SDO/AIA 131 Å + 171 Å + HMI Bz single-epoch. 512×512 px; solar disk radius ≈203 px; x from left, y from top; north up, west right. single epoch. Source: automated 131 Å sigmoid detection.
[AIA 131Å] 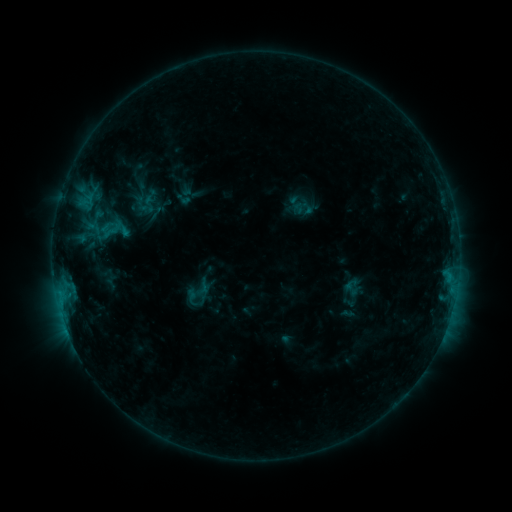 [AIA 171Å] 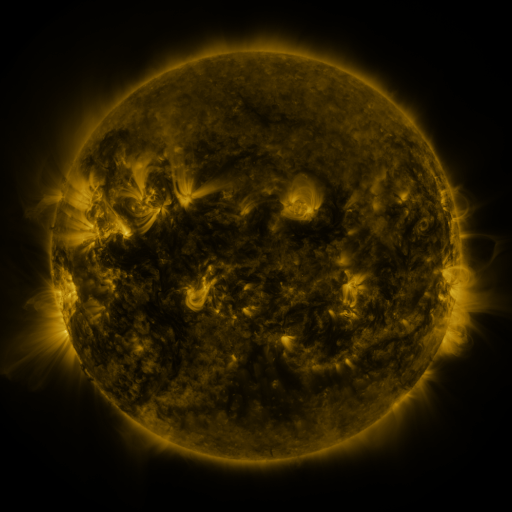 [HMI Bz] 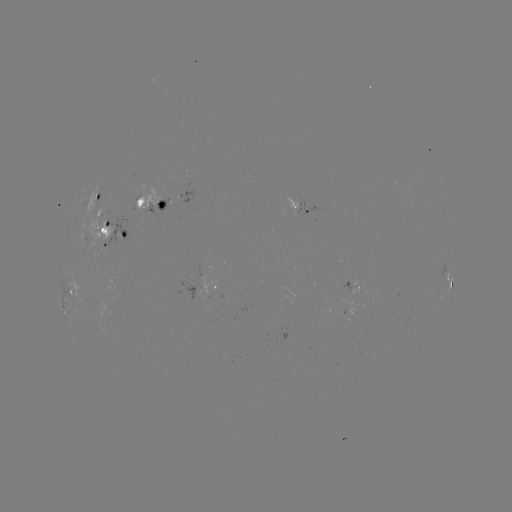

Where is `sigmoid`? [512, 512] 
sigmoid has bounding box [342, 277, 361, 297].